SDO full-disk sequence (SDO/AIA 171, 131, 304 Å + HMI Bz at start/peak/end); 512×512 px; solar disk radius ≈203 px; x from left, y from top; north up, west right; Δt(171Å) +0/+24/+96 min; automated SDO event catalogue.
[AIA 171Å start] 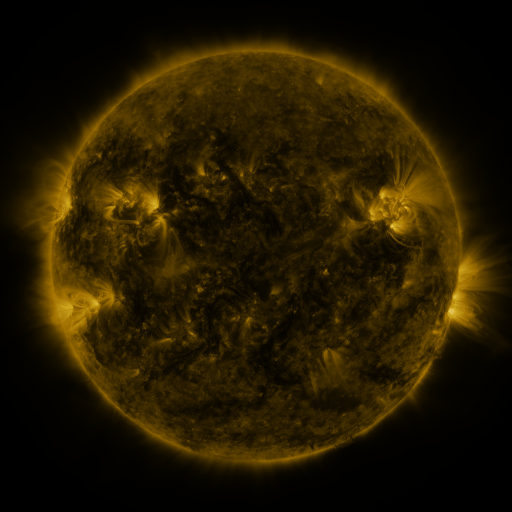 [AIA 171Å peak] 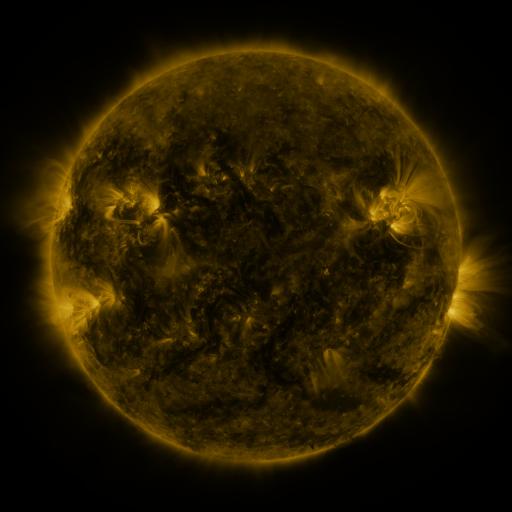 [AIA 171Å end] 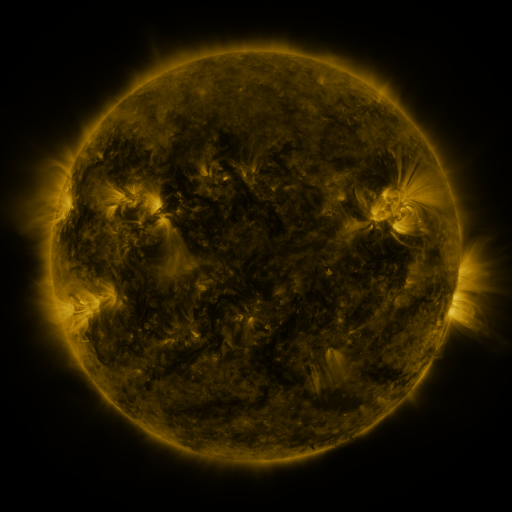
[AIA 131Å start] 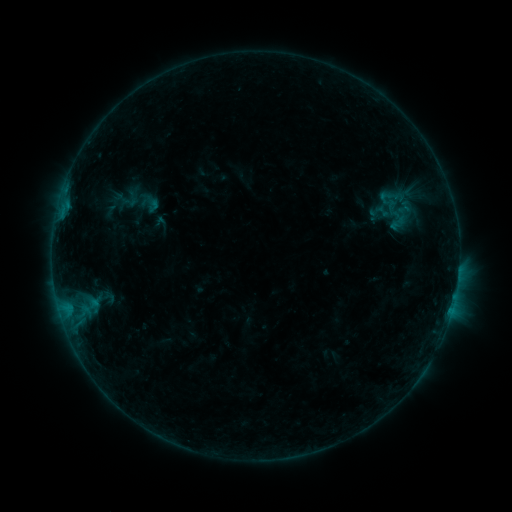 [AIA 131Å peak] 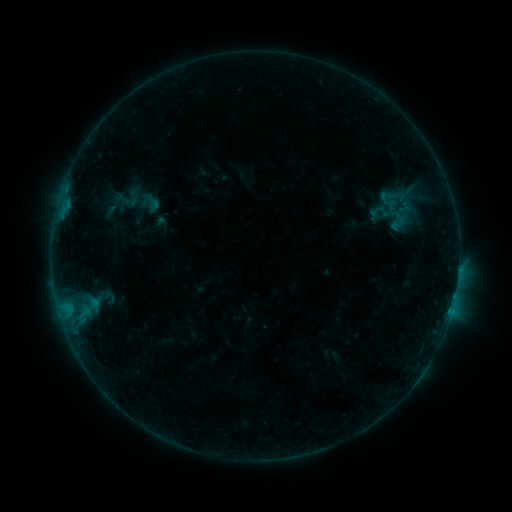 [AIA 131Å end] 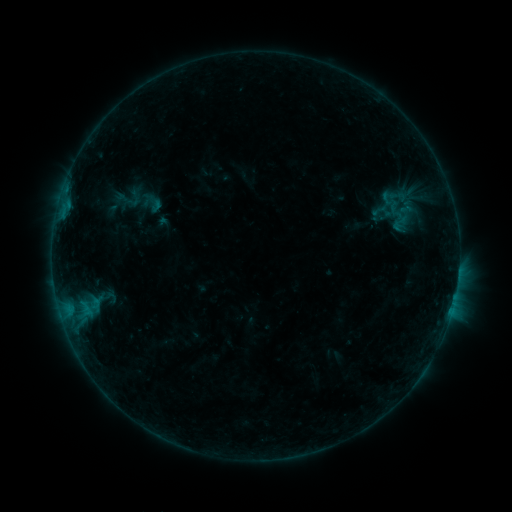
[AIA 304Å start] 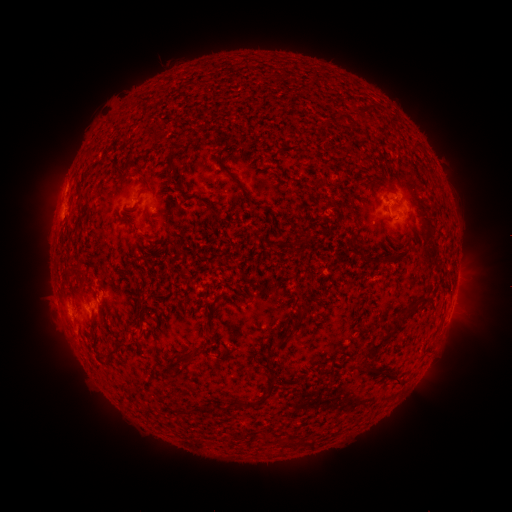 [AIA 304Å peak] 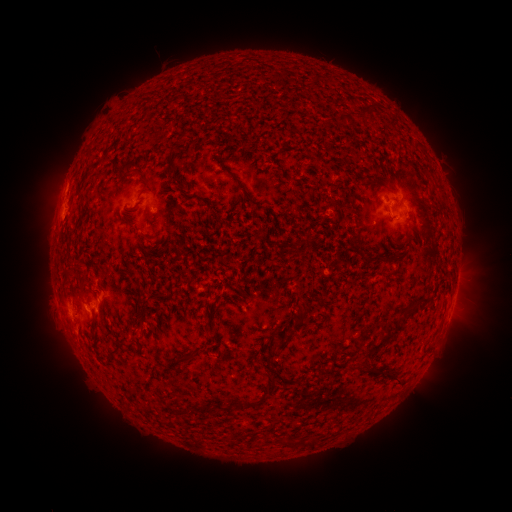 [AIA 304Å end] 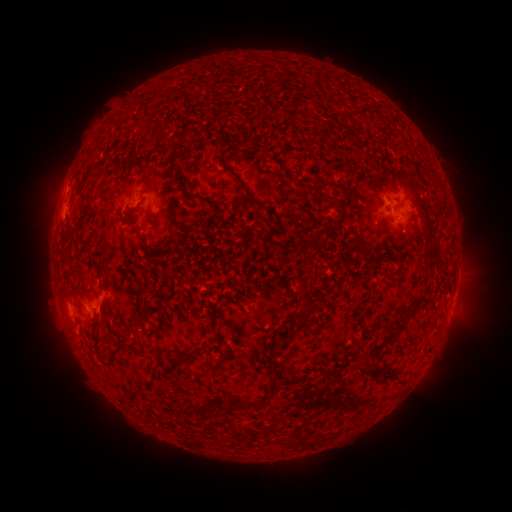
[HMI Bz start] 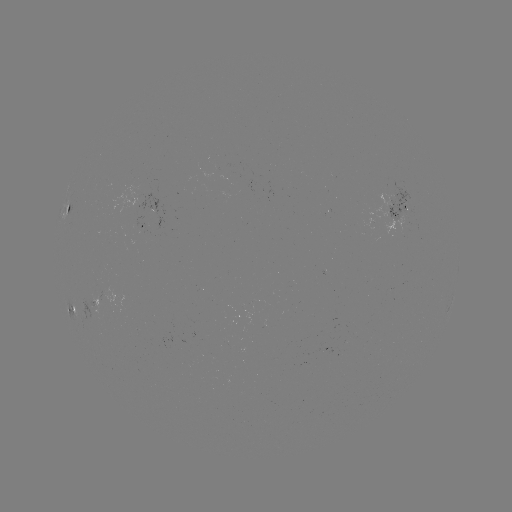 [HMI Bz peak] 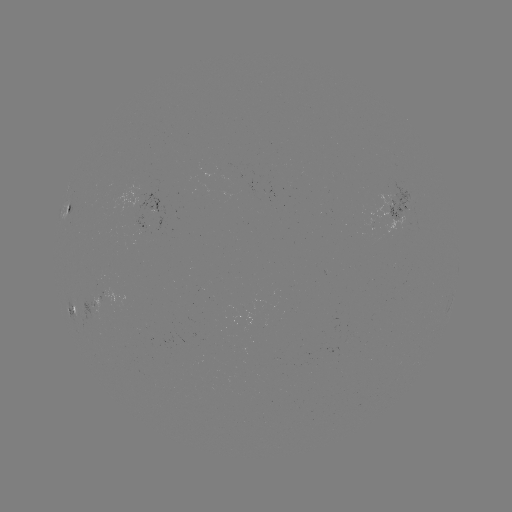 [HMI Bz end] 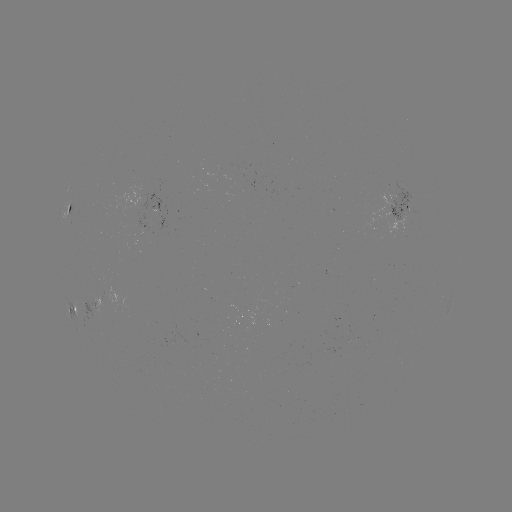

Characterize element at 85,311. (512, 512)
B3.8 flare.